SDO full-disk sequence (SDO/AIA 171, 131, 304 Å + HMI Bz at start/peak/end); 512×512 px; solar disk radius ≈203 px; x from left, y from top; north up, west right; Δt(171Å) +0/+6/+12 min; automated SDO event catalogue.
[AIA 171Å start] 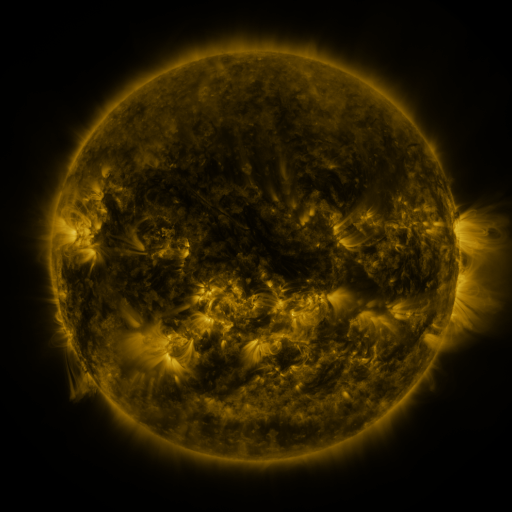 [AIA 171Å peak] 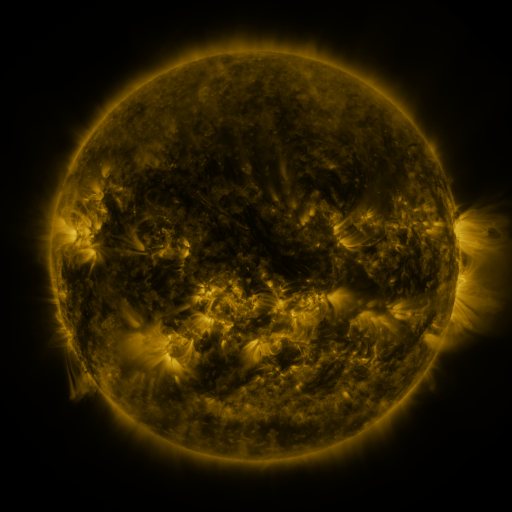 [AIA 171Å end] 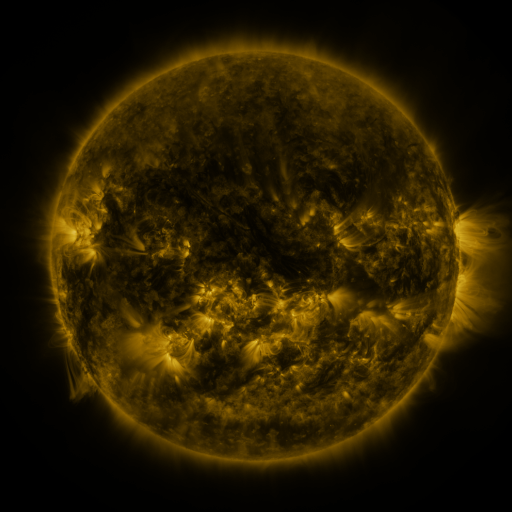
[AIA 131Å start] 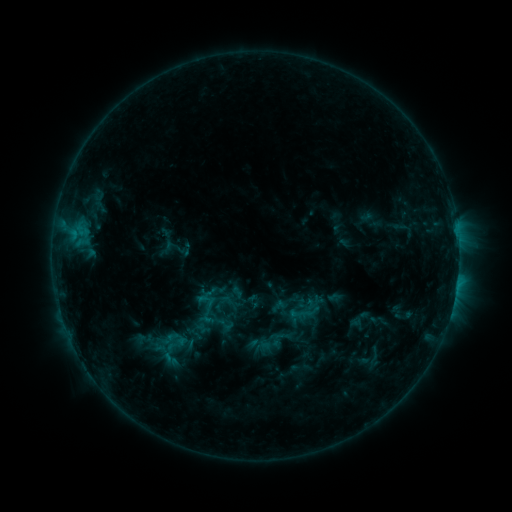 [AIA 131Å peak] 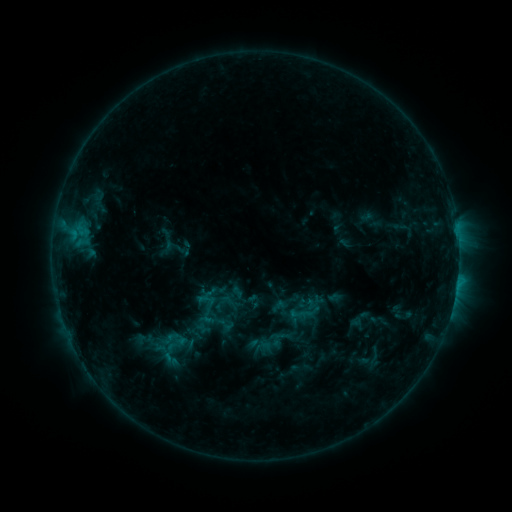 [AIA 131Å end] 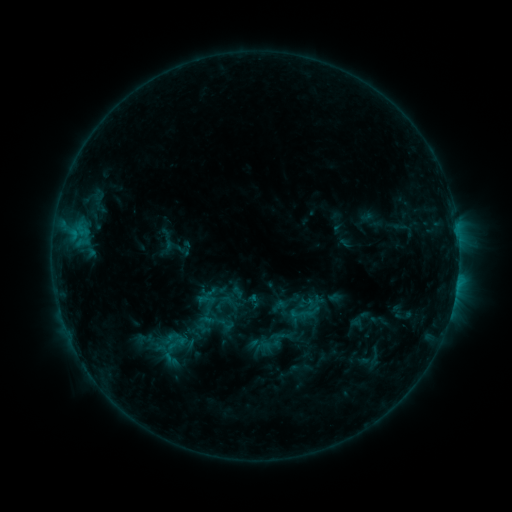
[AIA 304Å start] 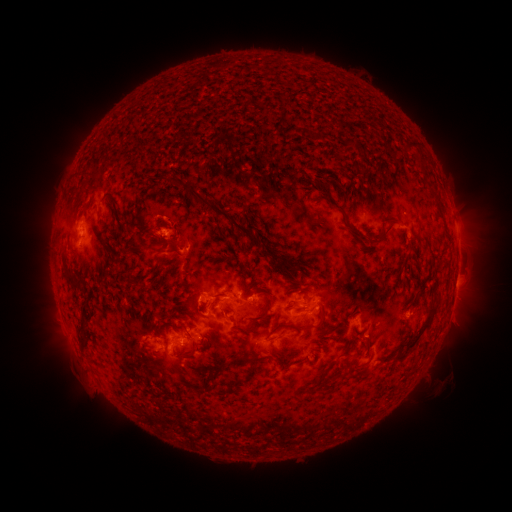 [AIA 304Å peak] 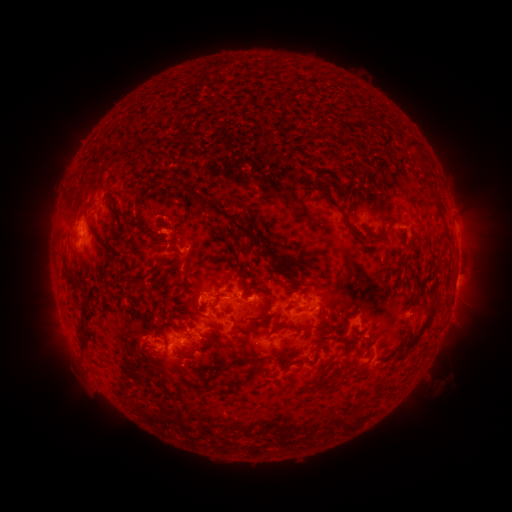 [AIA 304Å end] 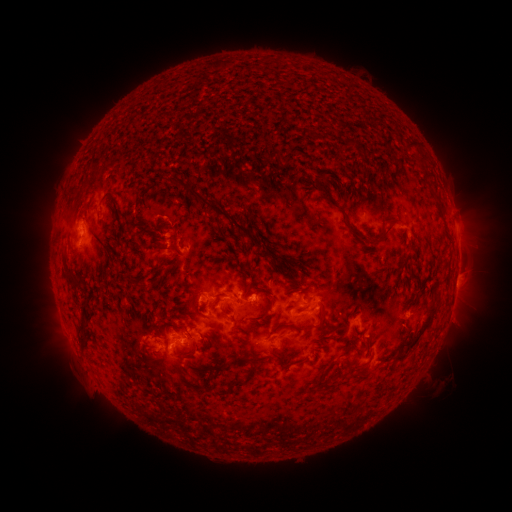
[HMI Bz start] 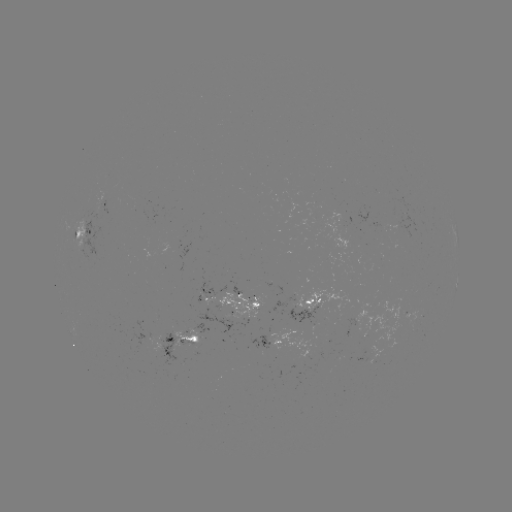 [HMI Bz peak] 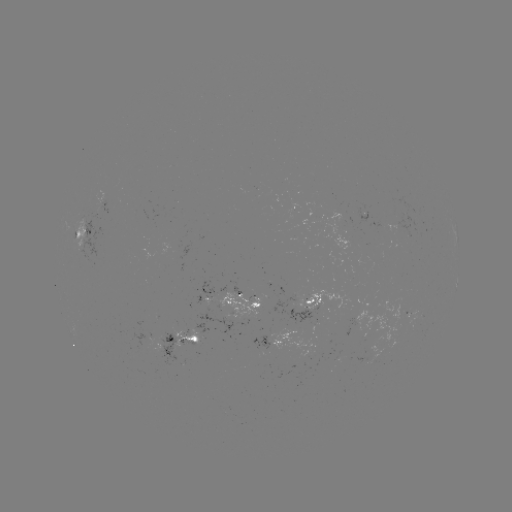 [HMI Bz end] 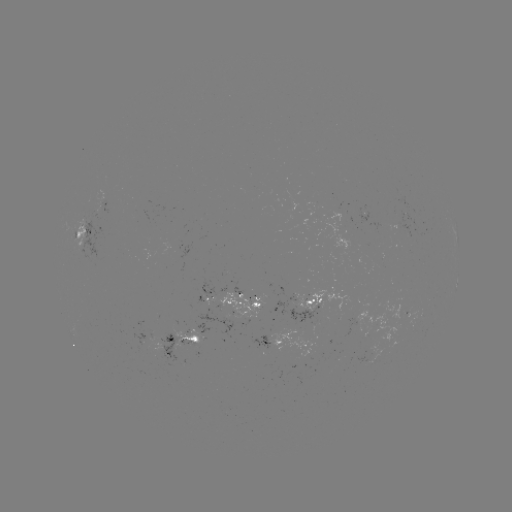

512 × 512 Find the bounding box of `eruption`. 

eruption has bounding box [135, 214, 187, 261].